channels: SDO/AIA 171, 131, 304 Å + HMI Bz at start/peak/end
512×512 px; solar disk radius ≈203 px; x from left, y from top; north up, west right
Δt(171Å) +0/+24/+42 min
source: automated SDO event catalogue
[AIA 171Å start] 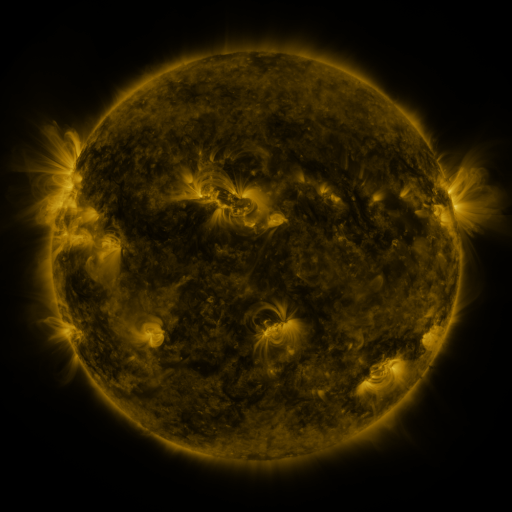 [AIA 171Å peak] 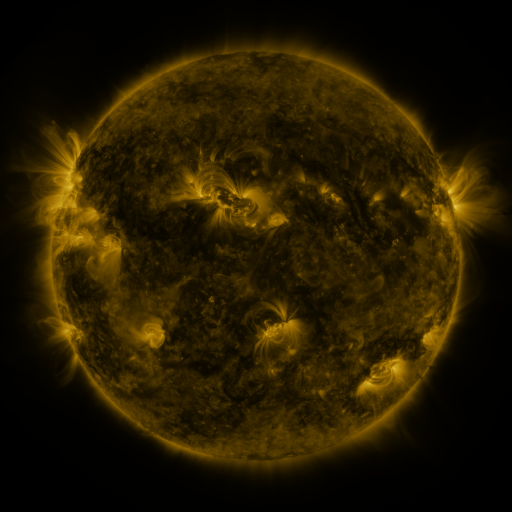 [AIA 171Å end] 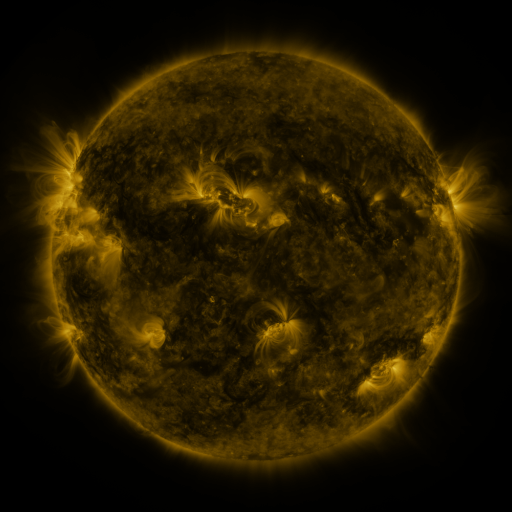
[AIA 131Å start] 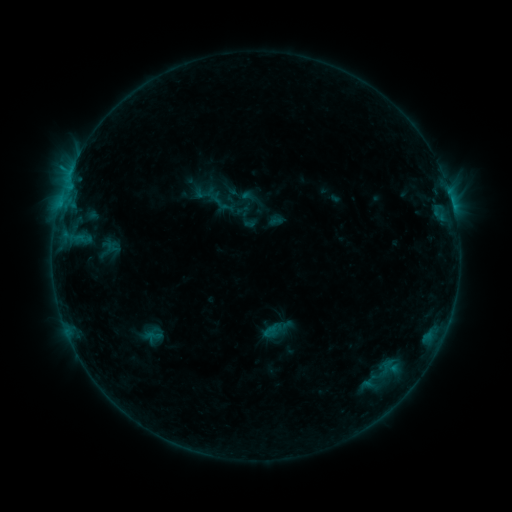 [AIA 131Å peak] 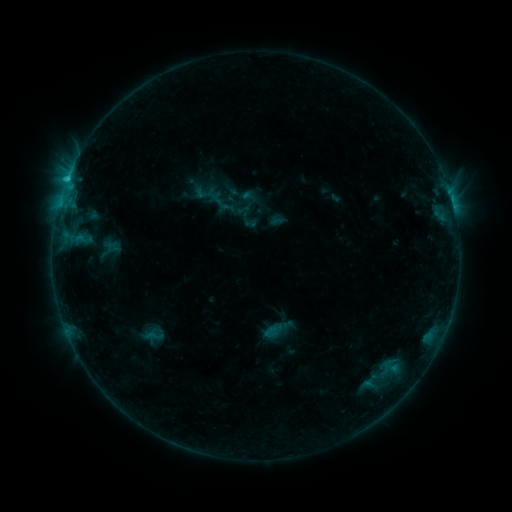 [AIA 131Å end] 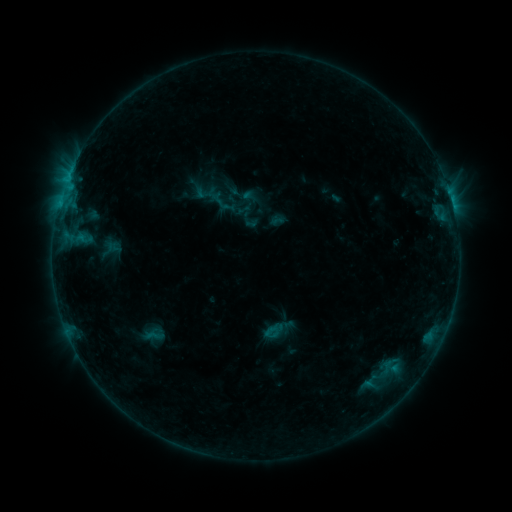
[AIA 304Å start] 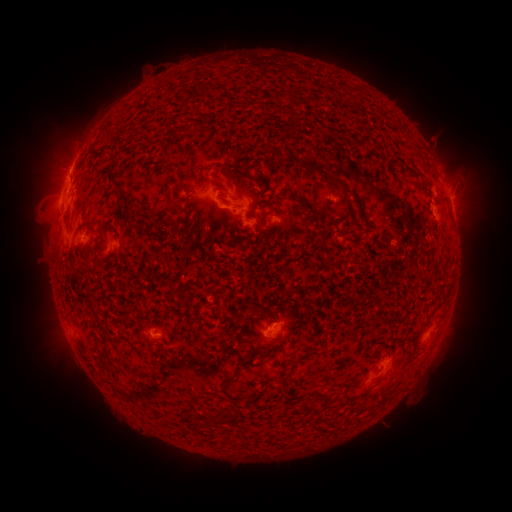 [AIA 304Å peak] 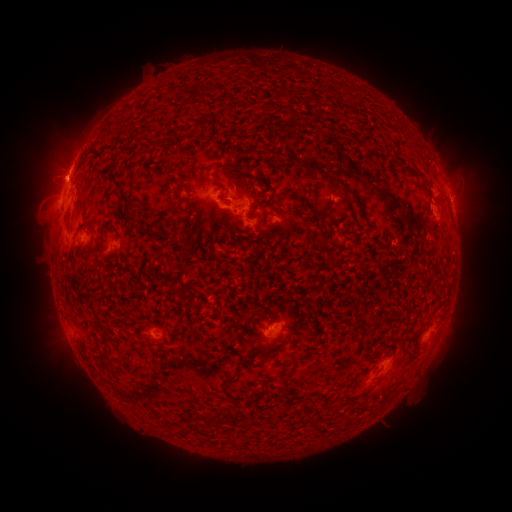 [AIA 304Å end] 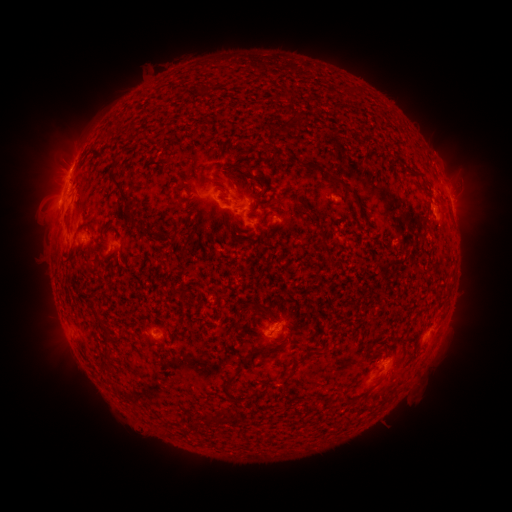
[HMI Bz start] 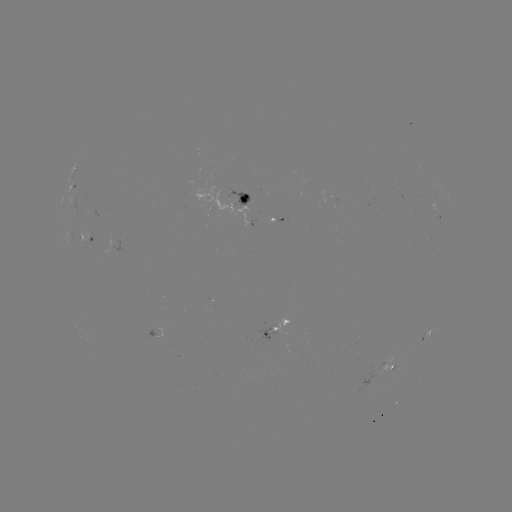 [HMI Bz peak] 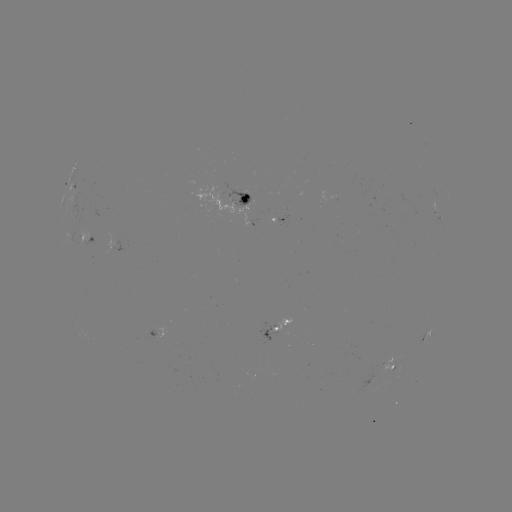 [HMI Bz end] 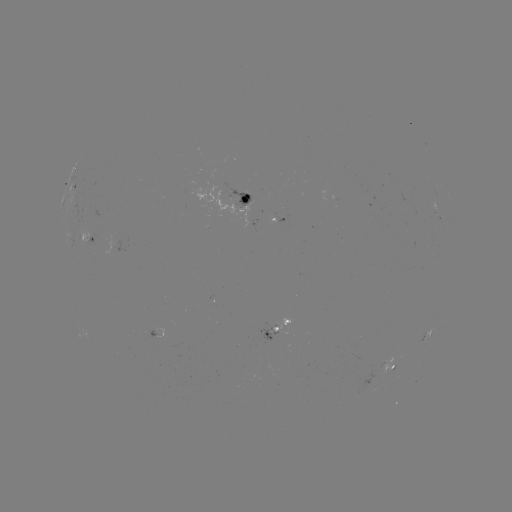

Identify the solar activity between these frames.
C1.7 flare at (66, 184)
